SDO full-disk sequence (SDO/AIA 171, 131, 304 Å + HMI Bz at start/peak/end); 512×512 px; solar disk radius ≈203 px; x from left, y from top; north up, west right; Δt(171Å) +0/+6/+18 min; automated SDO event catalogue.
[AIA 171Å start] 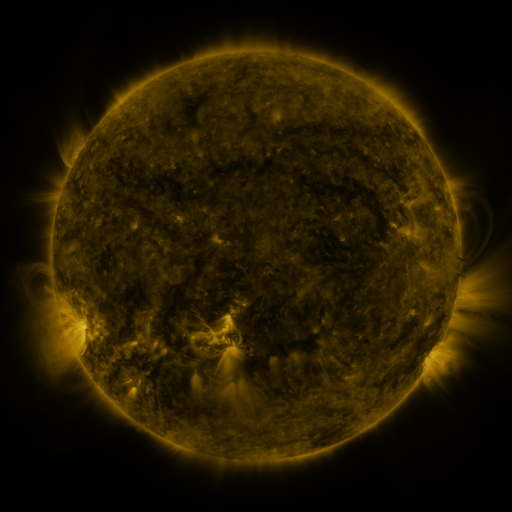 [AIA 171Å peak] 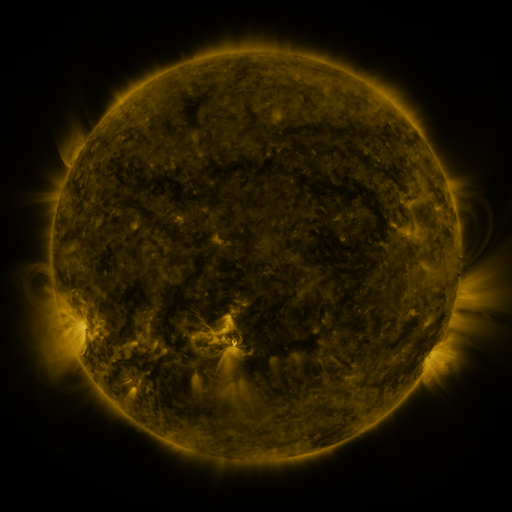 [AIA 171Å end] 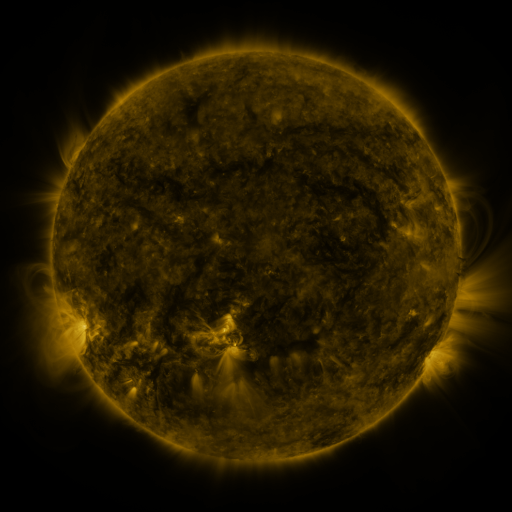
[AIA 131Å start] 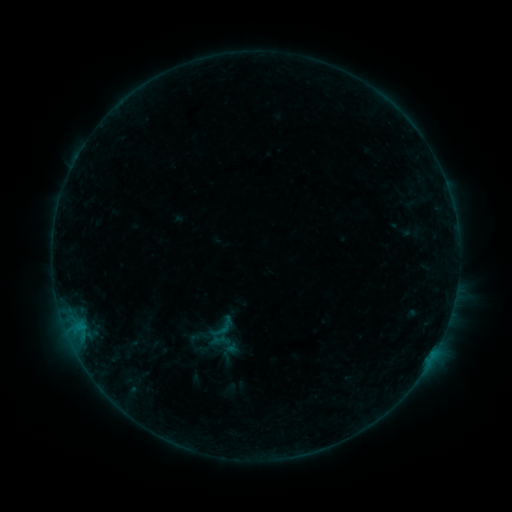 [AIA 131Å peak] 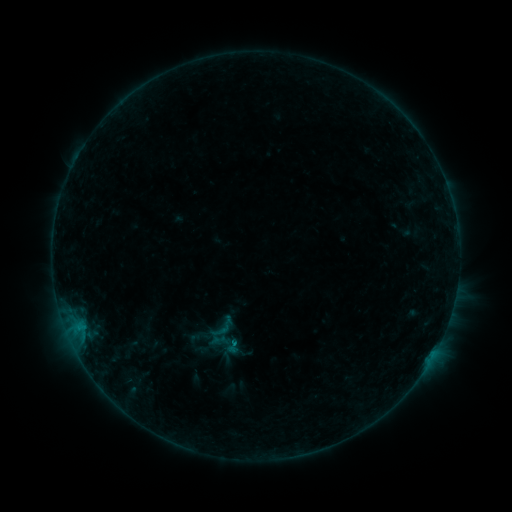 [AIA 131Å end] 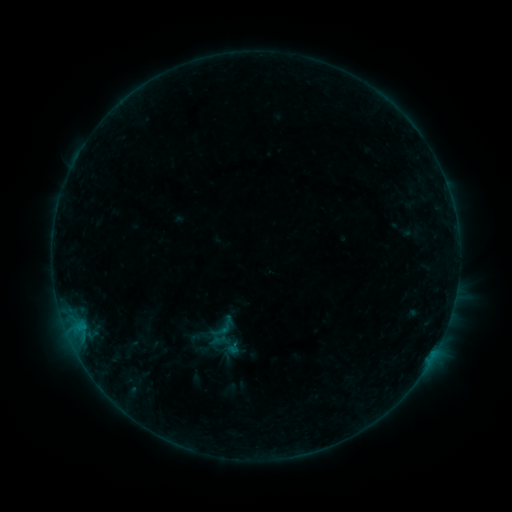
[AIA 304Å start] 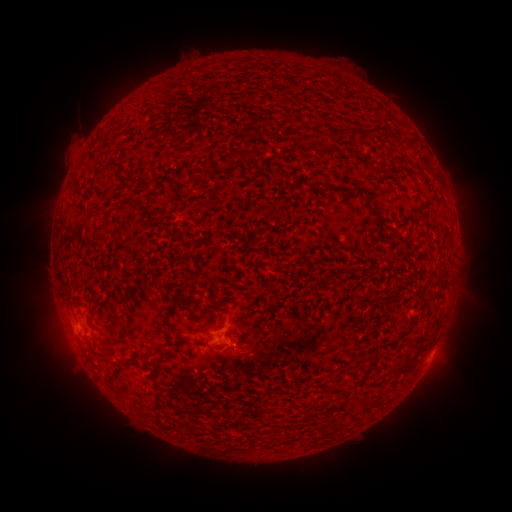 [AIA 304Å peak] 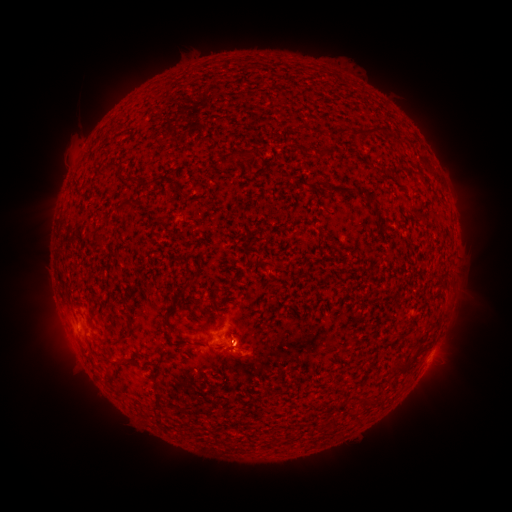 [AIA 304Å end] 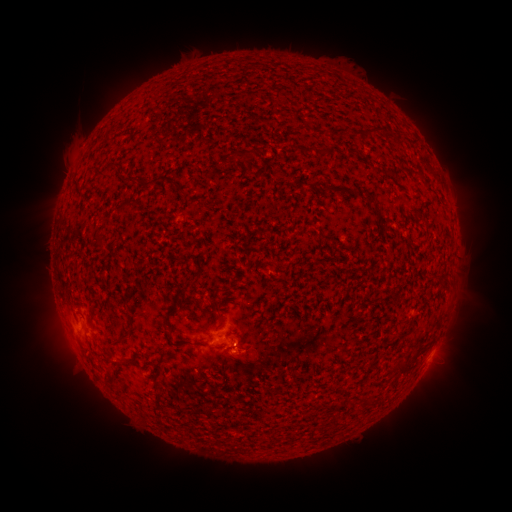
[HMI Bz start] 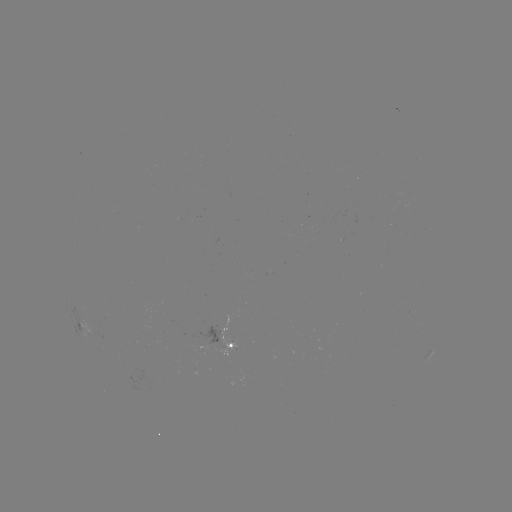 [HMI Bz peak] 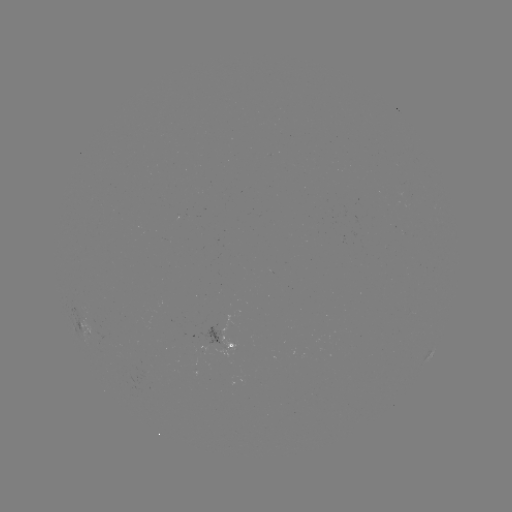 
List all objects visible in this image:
eruption: (249, 357)
